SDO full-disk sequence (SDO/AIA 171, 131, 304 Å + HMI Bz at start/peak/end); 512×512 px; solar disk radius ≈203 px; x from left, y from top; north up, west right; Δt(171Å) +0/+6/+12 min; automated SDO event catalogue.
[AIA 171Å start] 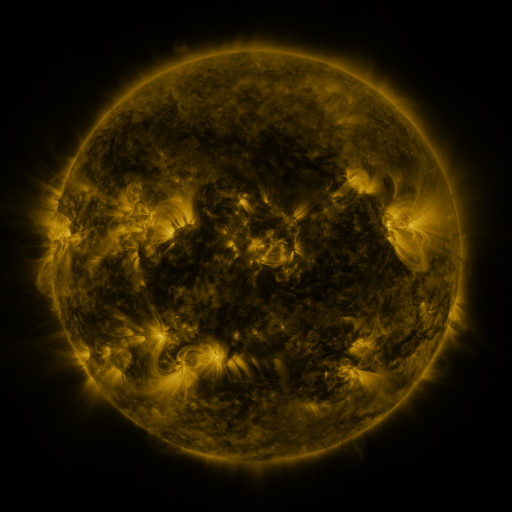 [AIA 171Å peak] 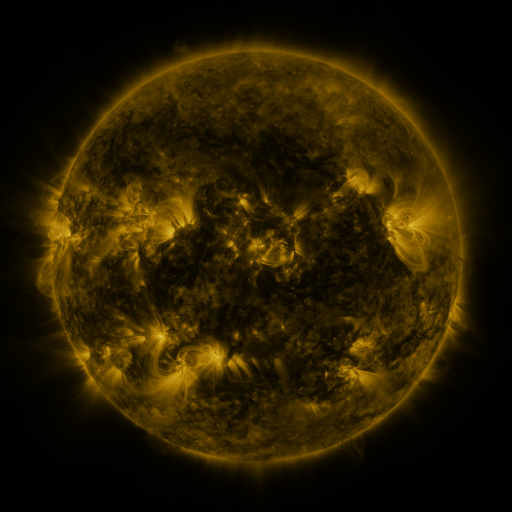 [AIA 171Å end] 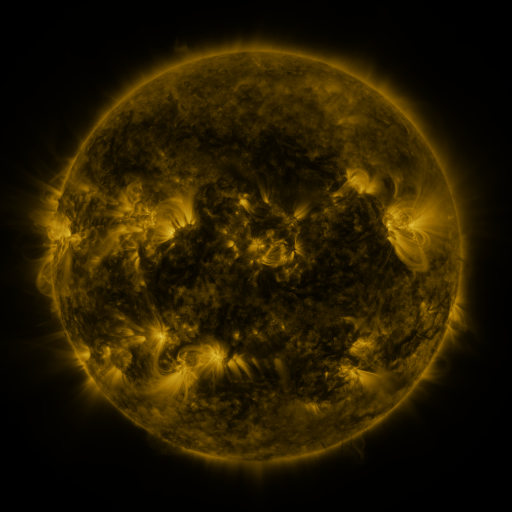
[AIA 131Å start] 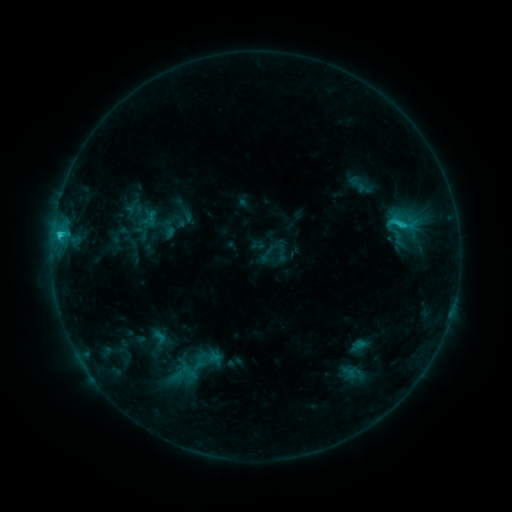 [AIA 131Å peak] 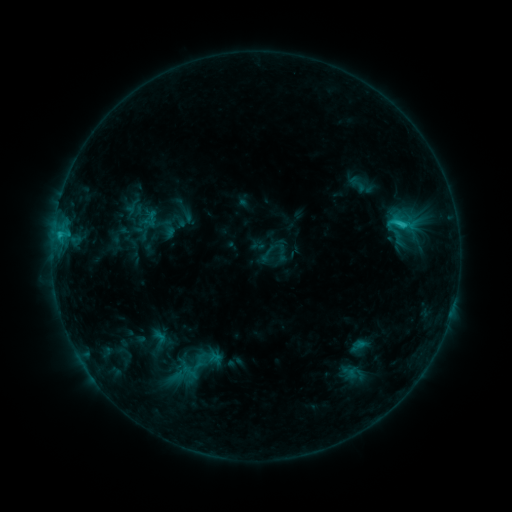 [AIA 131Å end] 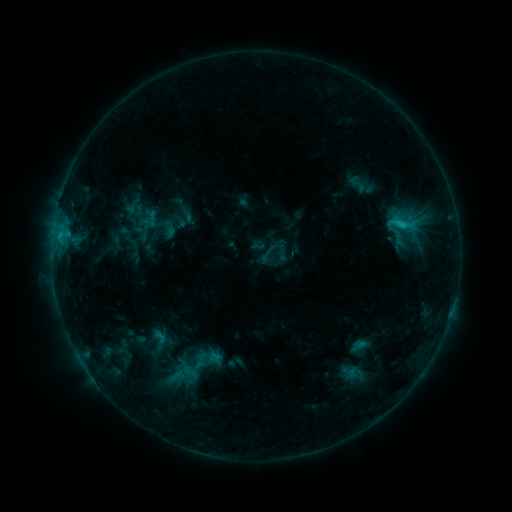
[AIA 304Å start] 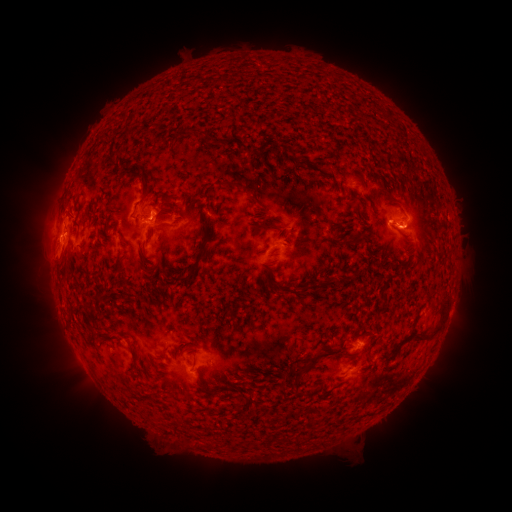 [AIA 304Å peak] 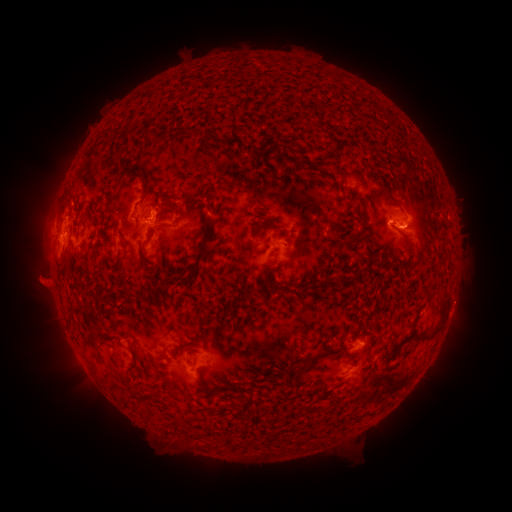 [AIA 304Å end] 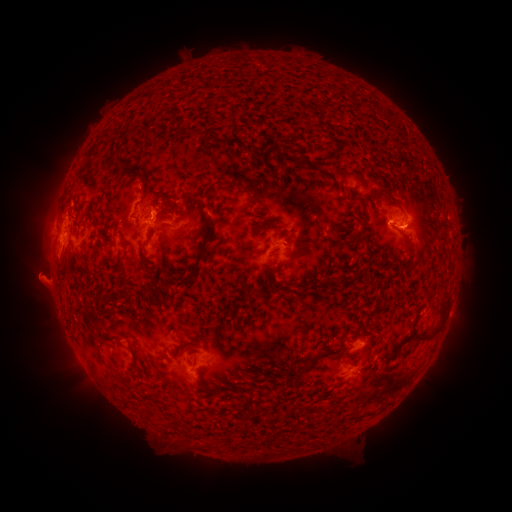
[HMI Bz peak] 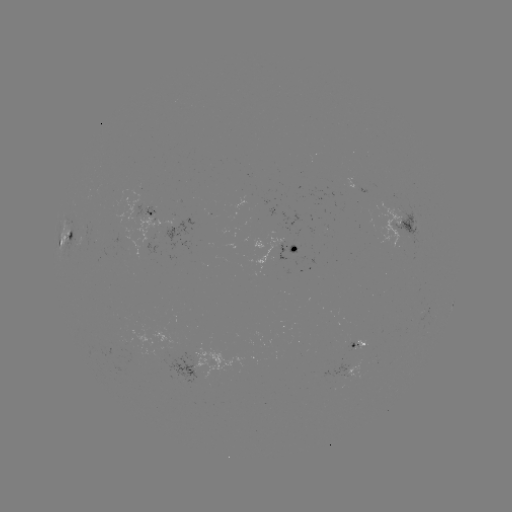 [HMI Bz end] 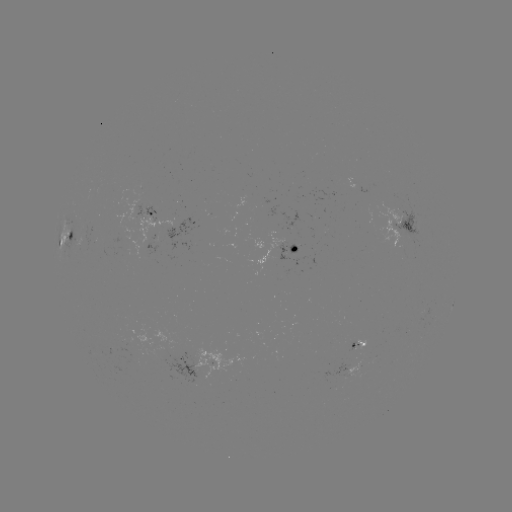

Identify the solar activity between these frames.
eruption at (39, 282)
